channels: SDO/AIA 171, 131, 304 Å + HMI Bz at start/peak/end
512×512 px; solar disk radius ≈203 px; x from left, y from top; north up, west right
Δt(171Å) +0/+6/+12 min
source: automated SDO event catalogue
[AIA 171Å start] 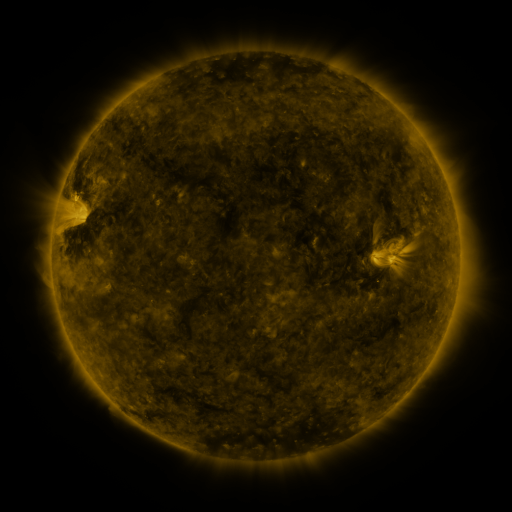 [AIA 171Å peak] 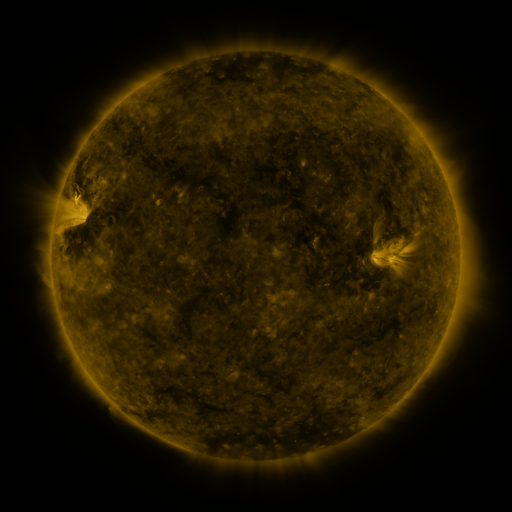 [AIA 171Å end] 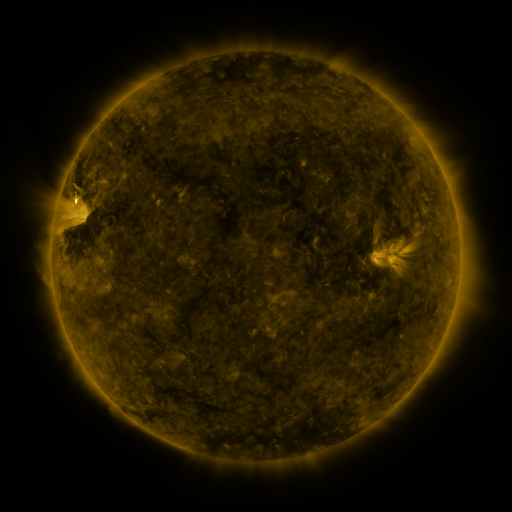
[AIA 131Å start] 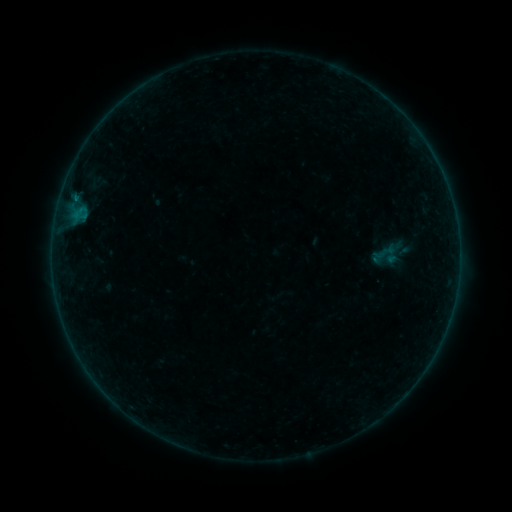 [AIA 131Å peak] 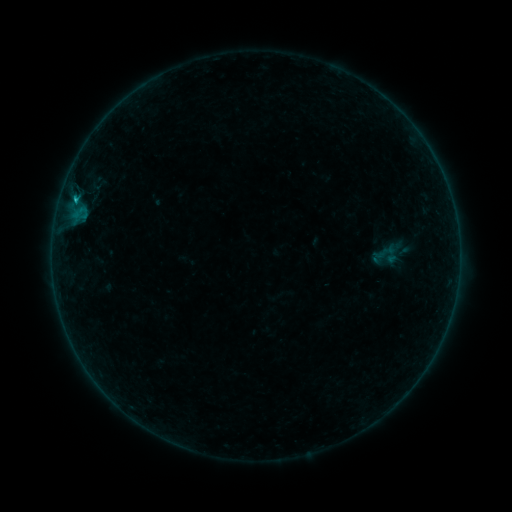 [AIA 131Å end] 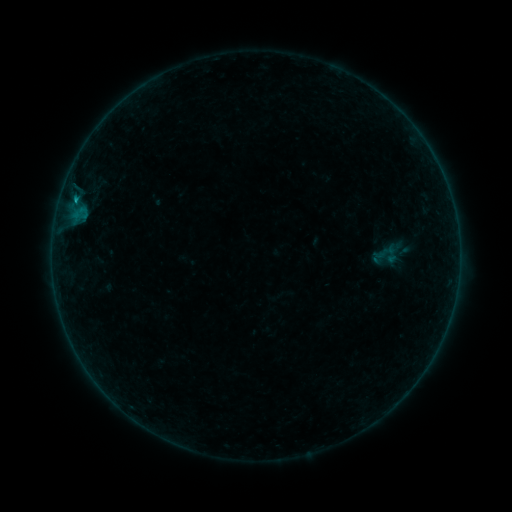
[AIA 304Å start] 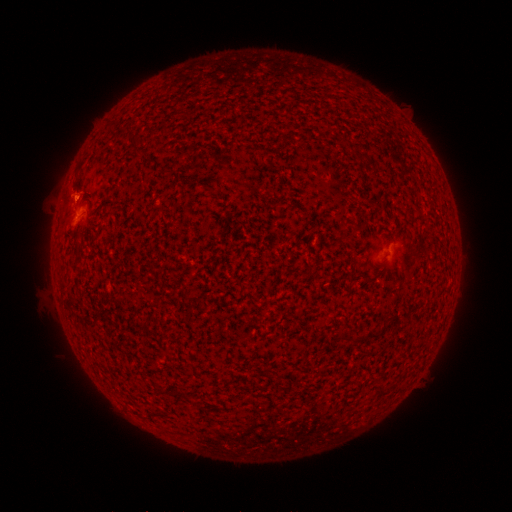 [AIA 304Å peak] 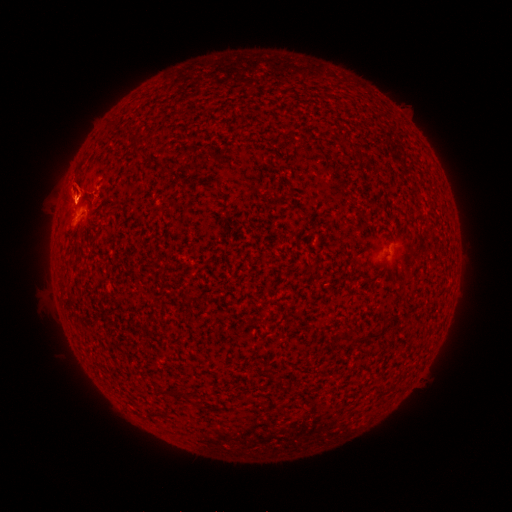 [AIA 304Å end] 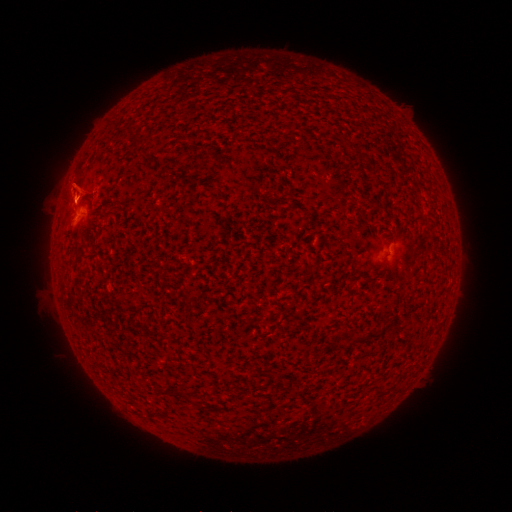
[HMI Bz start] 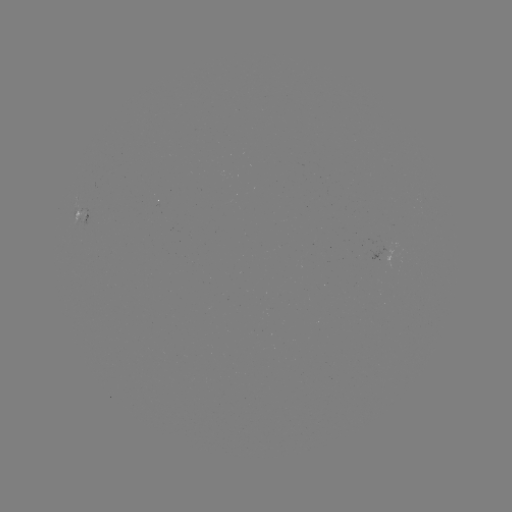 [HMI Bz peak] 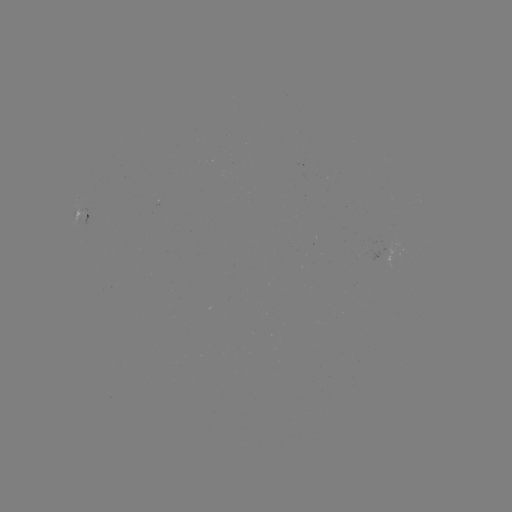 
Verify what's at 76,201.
B4.8 flare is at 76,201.